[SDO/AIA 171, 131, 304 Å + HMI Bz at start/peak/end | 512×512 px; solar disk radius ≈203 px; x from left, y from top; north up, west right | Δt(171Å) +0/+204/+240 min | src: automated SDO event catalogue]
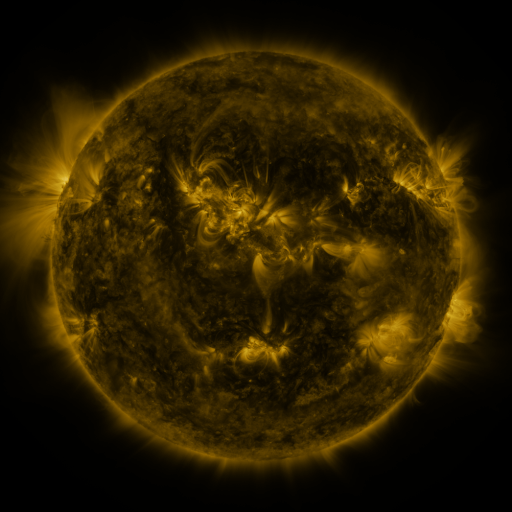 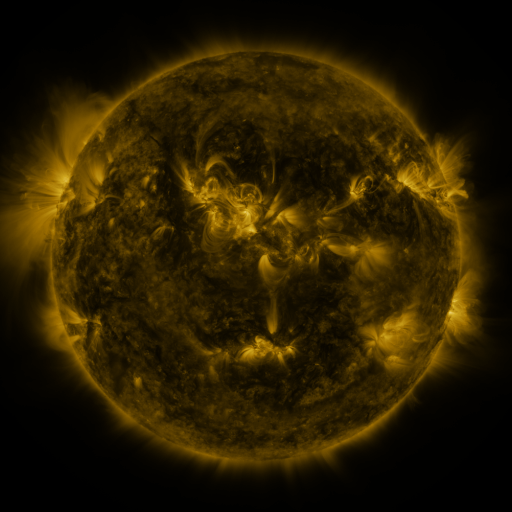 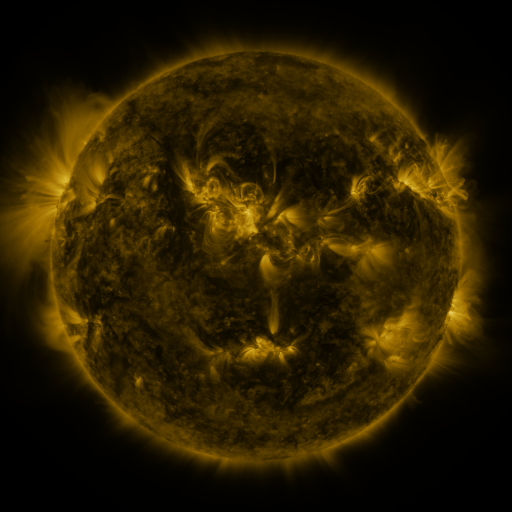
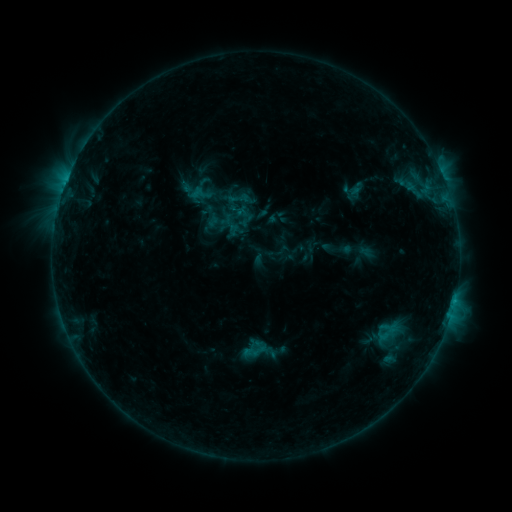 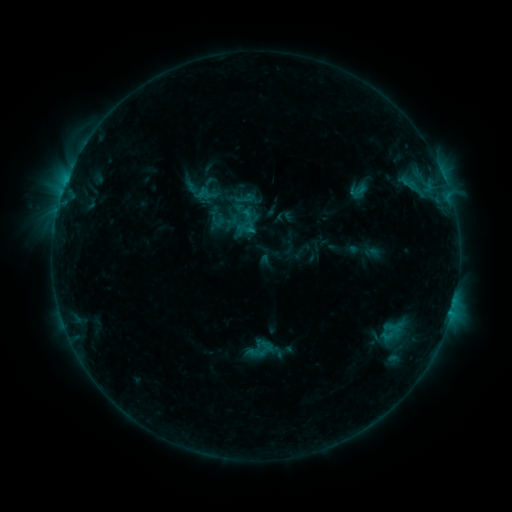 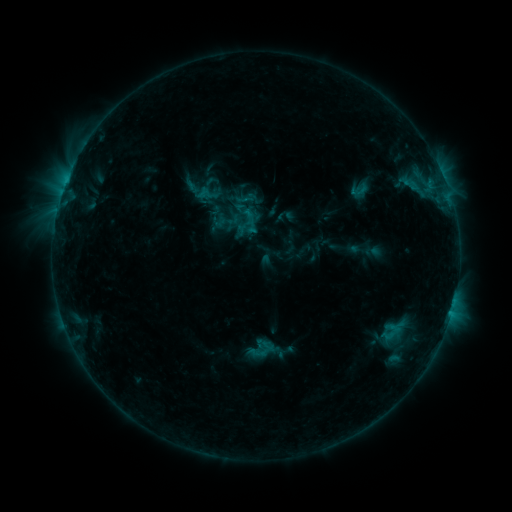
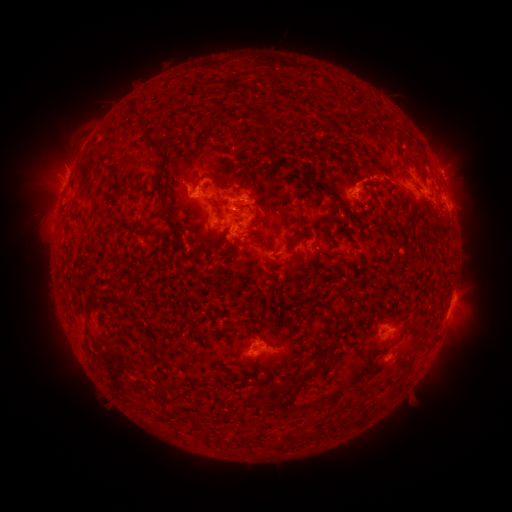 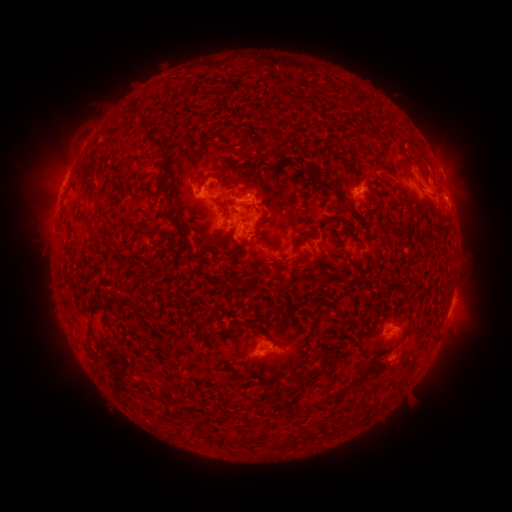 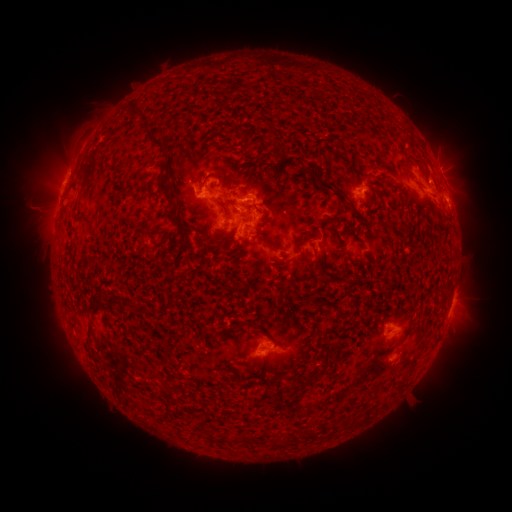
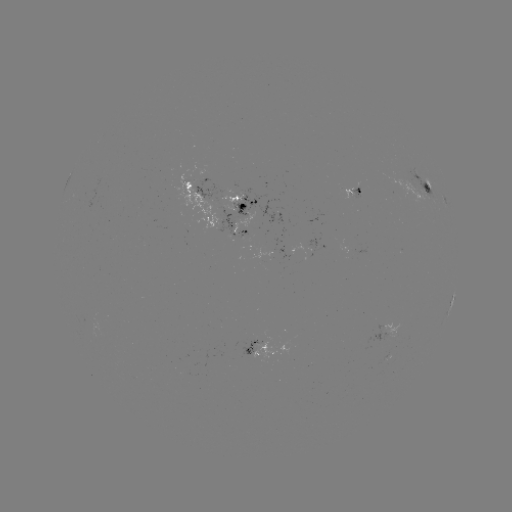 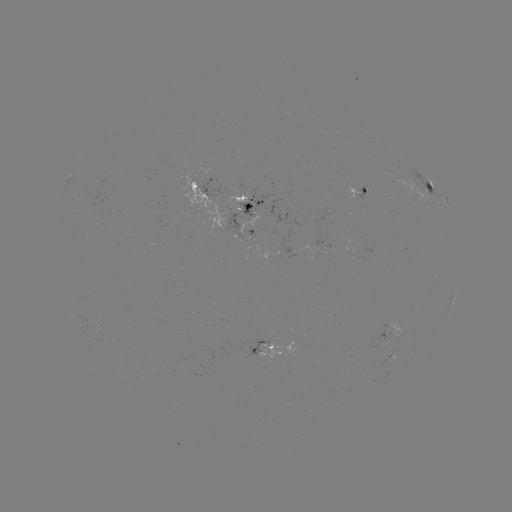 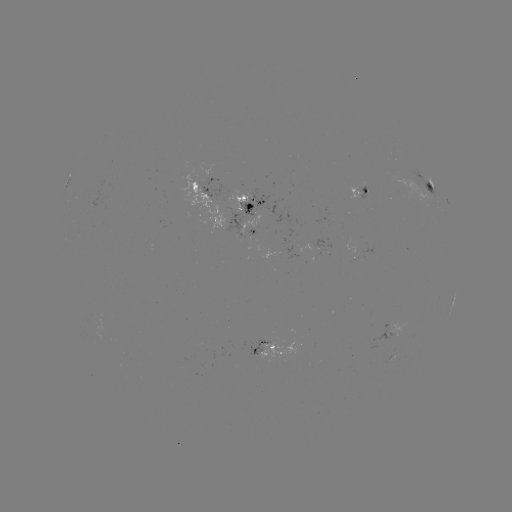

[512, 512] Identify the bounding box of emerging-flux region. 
[179, 174, 226, 235].